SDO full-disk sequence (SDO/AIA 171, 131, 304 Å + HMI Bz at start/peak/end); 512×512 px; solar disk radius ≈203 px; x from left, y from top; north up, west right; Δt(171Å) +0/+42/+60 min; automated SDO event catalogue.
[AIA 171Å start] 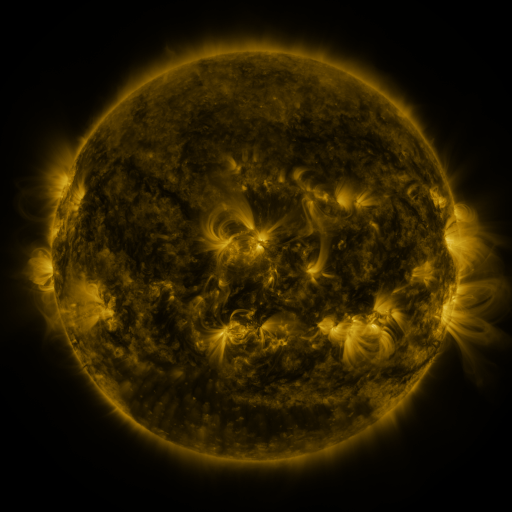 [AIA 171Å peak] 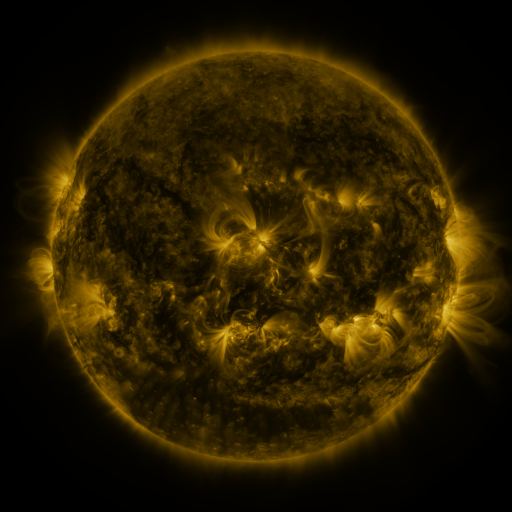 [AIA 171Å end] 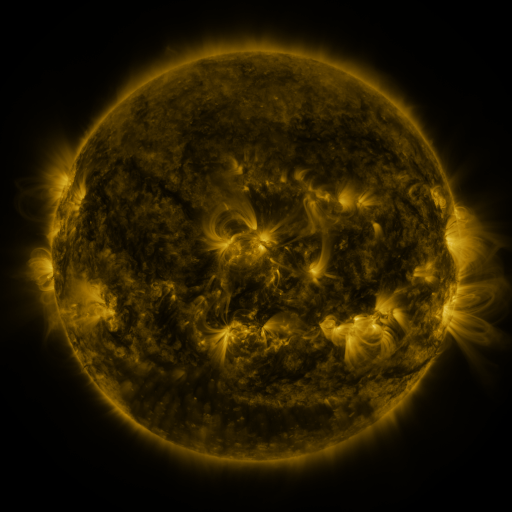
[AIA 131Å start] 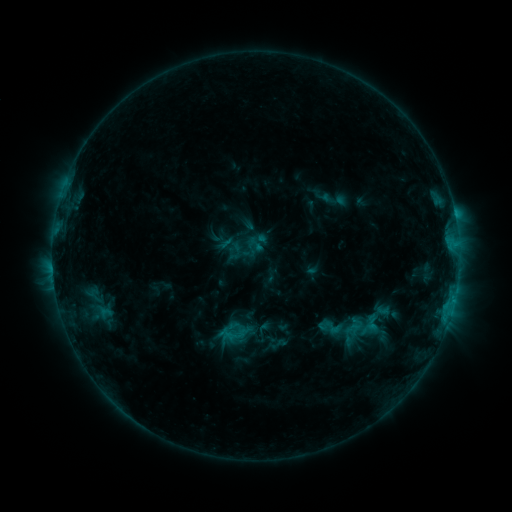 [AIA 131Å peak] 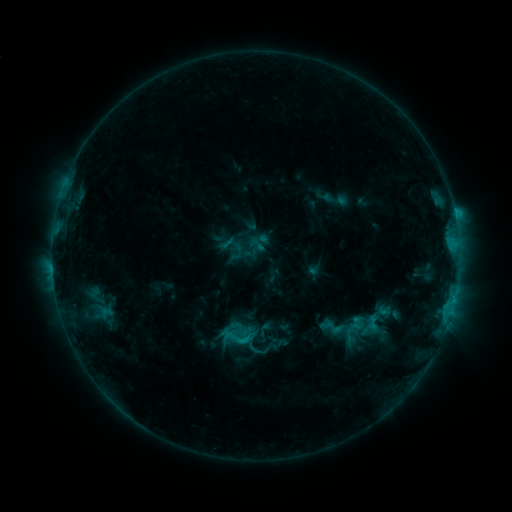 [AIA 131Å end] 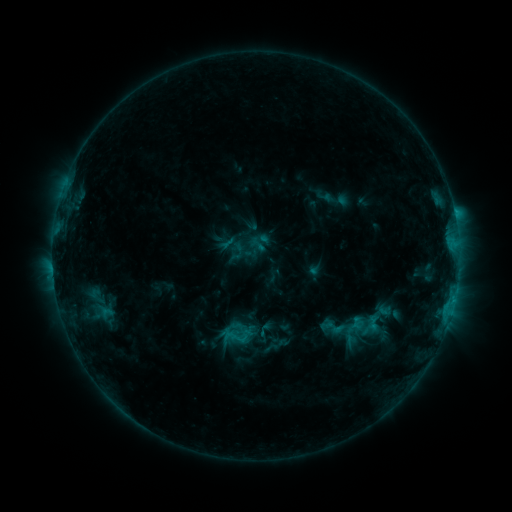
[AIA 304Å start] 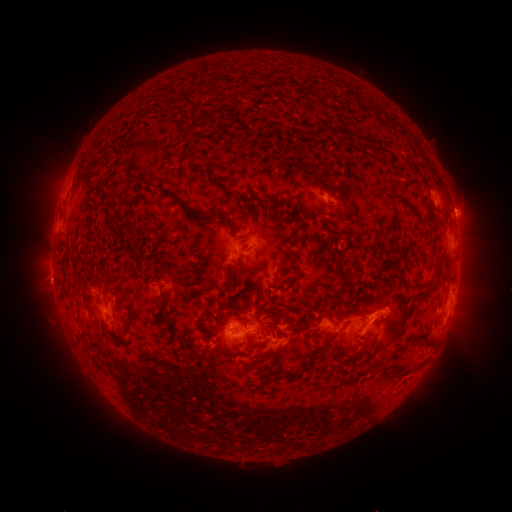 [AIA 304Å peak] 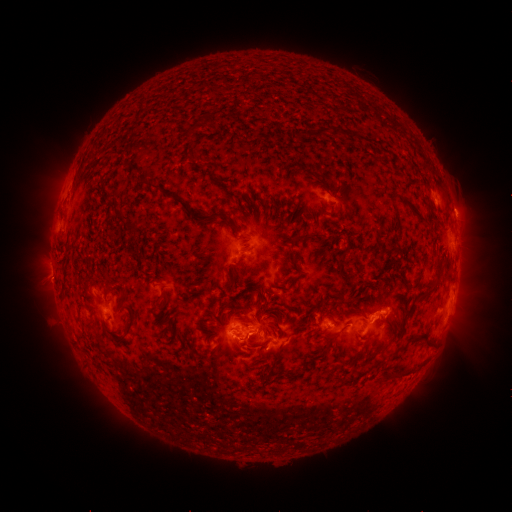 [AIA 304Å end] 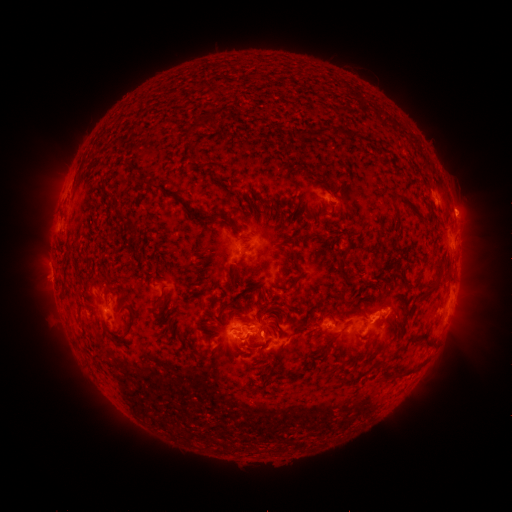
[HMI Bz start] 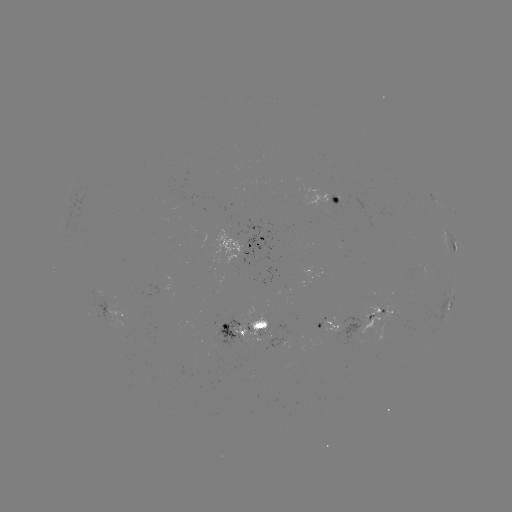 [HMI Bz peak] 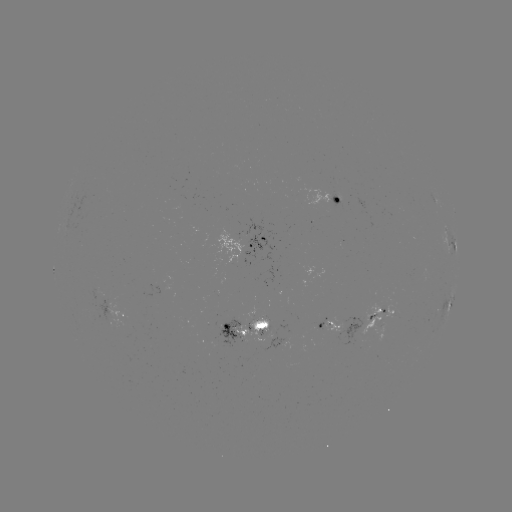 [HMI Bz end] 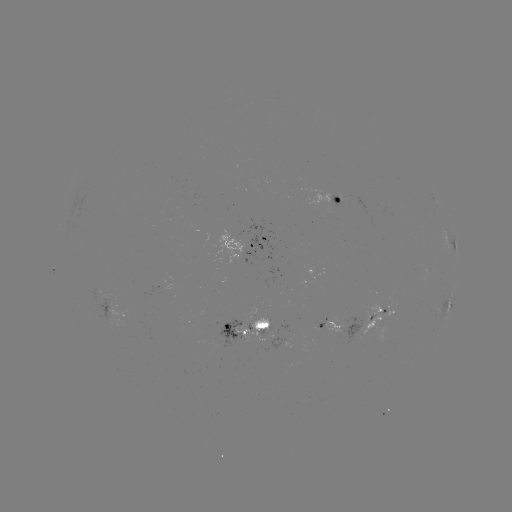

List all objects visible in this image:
C1.5 flare: (246, 338)
